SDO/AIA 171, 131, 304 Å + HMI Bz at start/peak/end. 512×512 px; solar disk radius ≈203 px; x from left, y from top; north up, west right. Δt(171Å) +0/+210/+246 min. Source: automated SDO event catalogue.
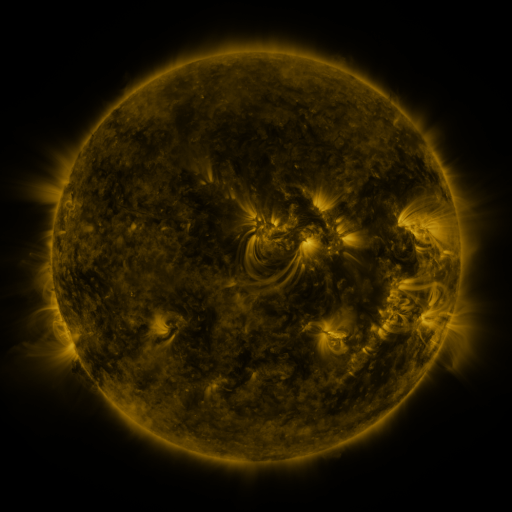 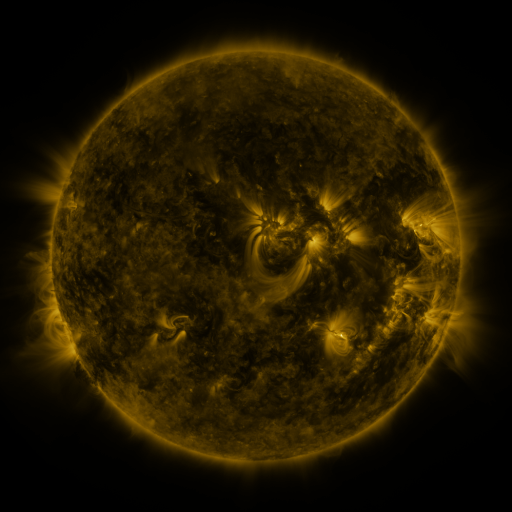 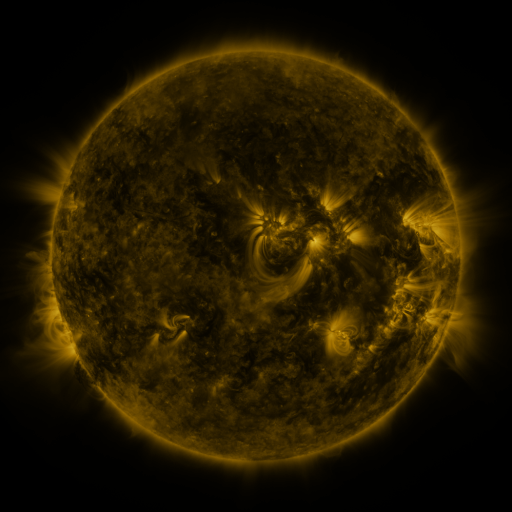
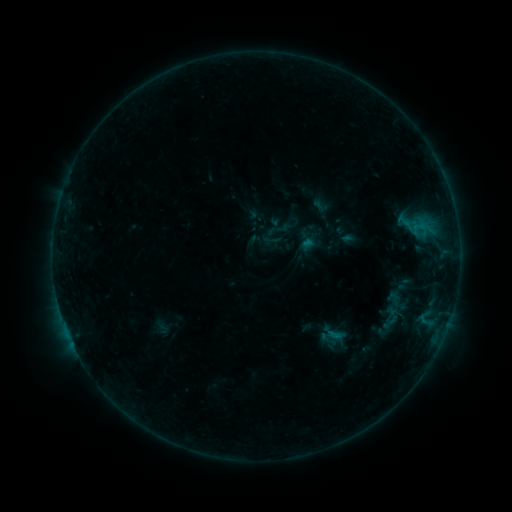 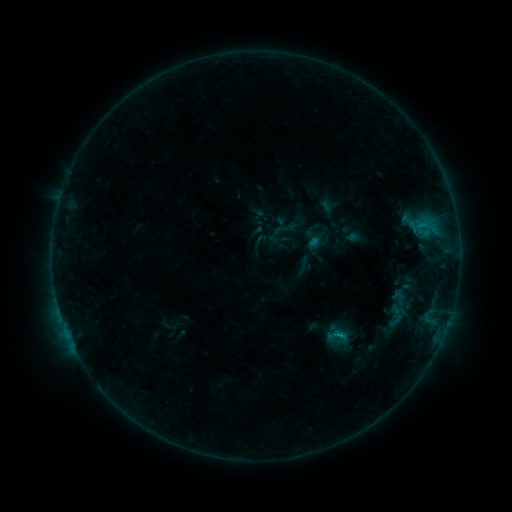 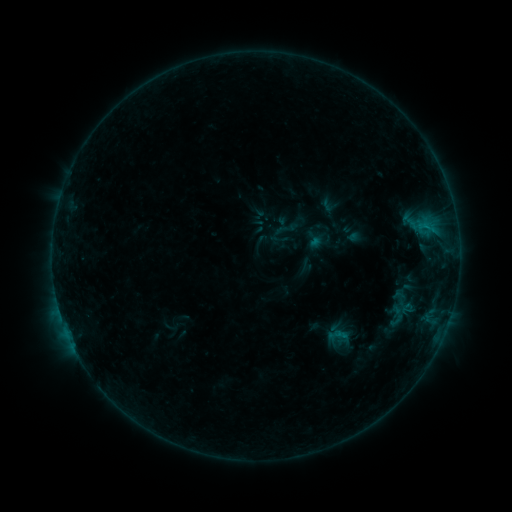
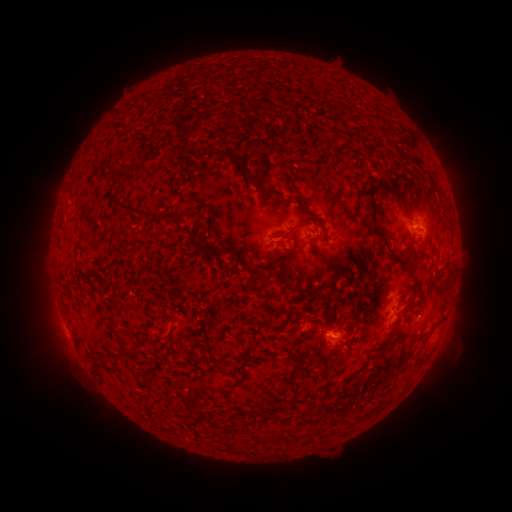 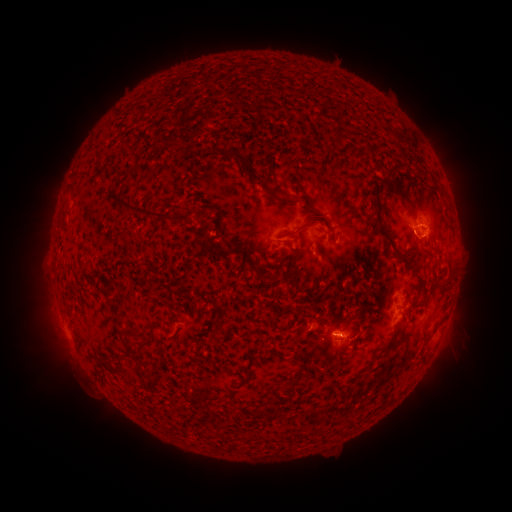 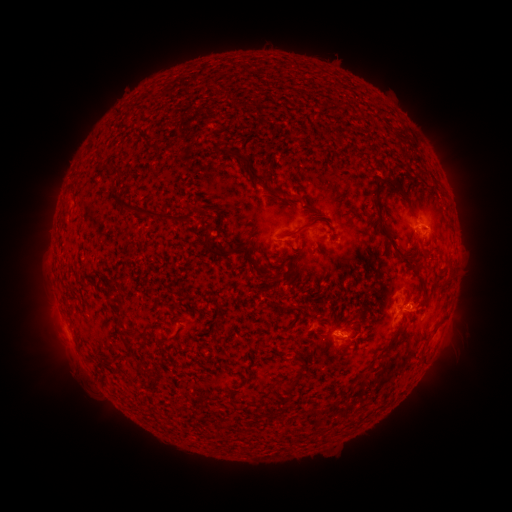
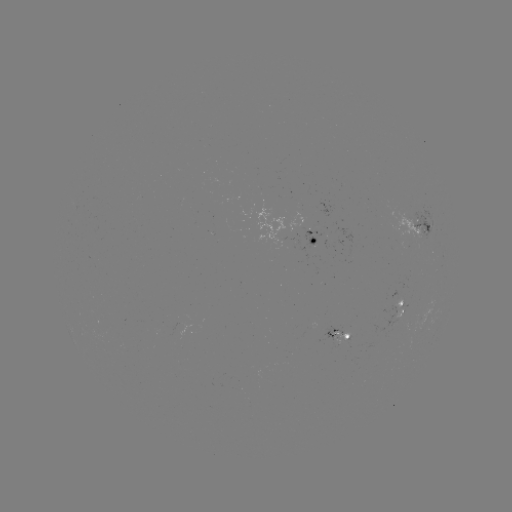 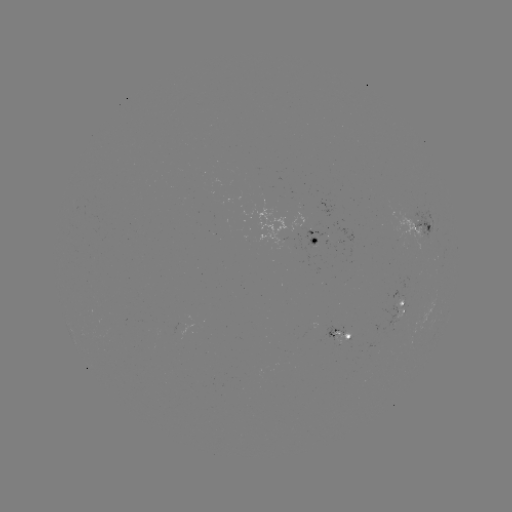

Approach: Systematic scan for emerging-flux region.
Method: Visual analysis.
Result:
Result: emerging-flux region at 326,240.